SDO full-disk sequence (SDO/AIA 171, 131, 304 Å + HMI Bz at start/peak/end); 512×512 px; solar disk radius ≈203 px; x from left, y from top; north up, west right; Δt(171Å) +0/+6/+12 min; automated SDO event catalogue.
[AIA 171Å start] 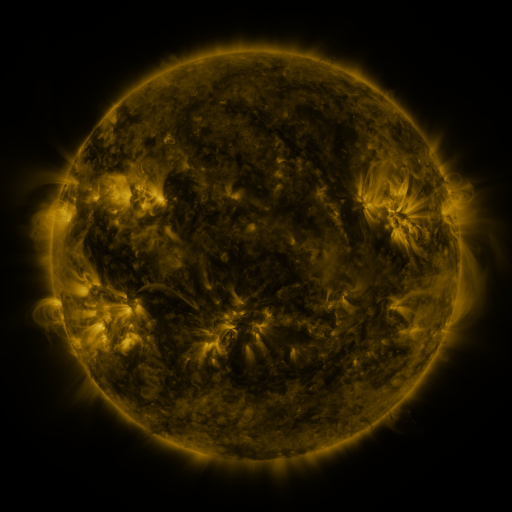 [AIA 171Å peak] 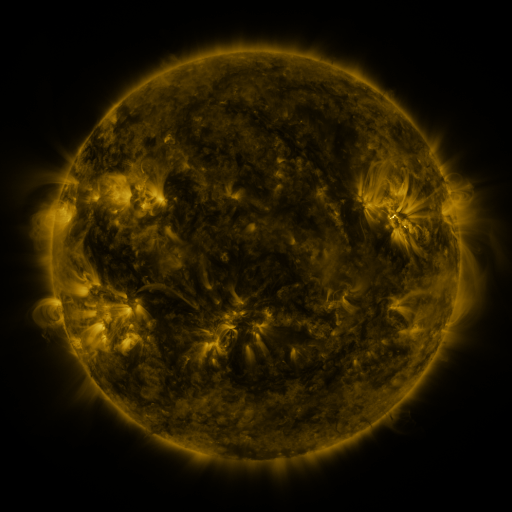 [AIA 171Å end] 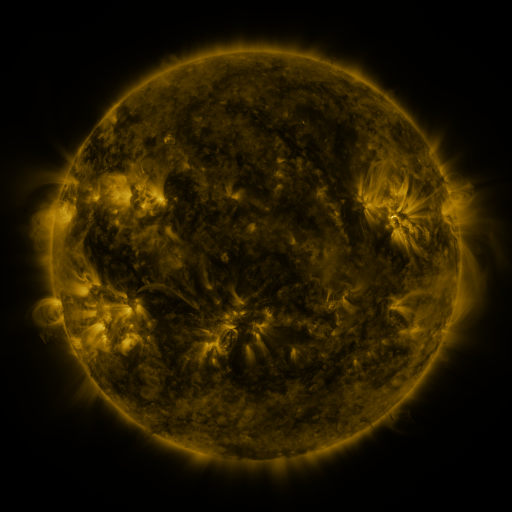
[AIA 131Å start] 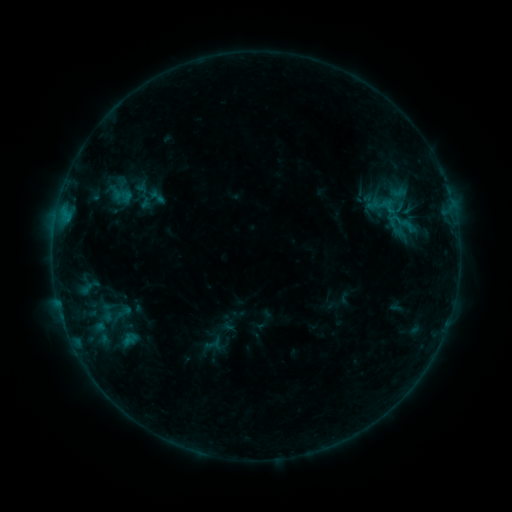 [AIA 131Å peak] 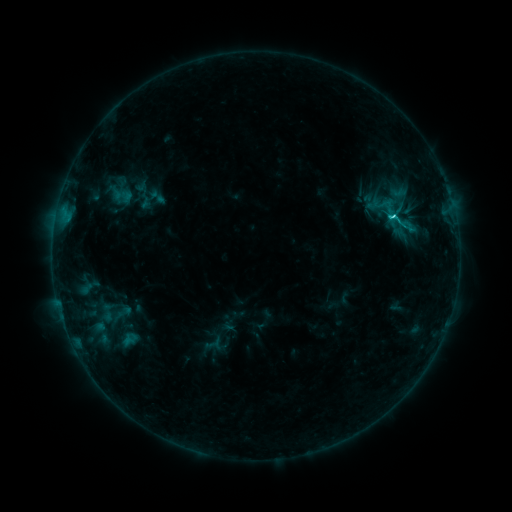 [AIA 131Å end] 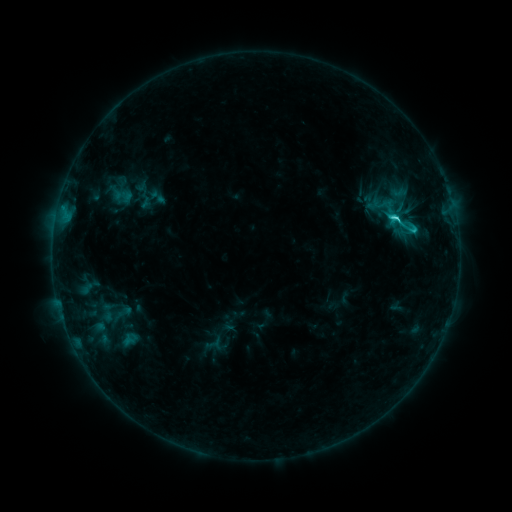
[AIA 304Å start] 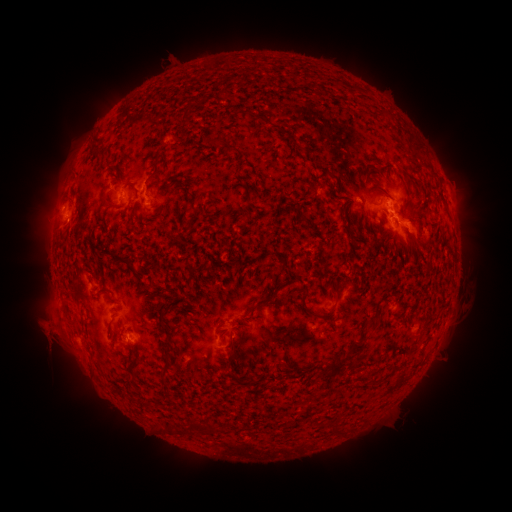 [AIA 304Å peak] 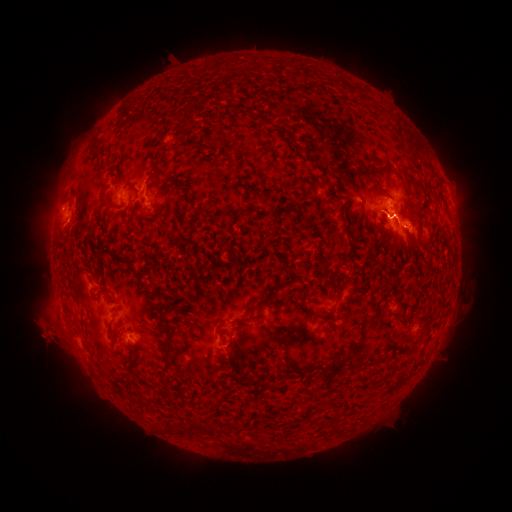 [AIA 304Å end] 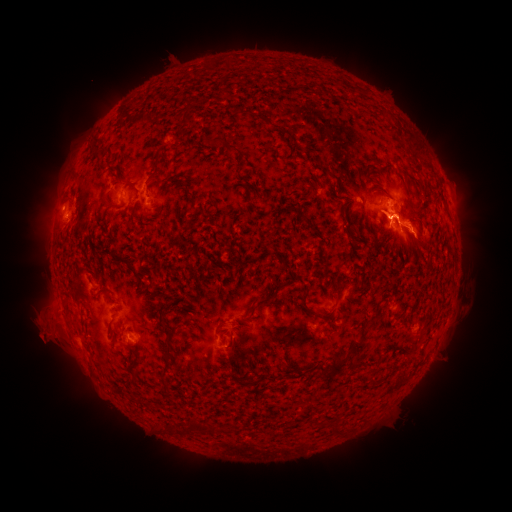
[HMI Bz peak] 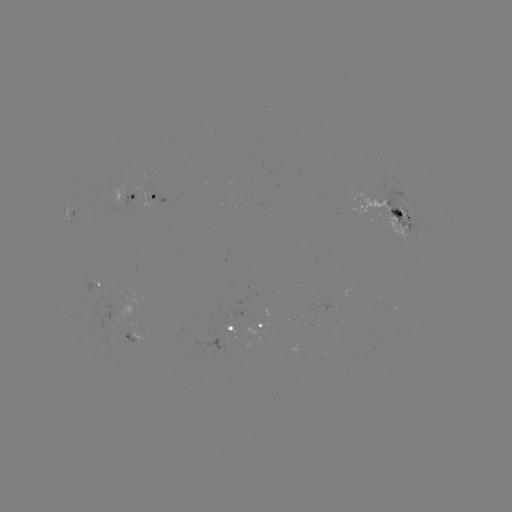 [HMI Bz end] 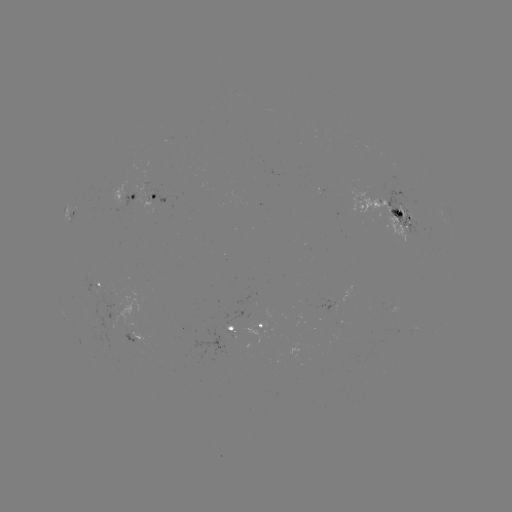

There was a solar flare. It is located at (393, 217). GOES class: C3.2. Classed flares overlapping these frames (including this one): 1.